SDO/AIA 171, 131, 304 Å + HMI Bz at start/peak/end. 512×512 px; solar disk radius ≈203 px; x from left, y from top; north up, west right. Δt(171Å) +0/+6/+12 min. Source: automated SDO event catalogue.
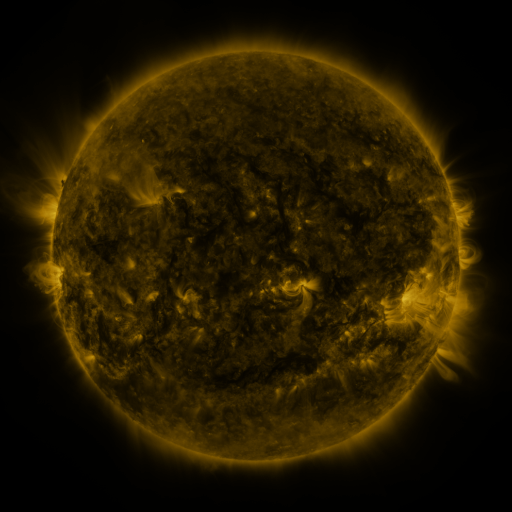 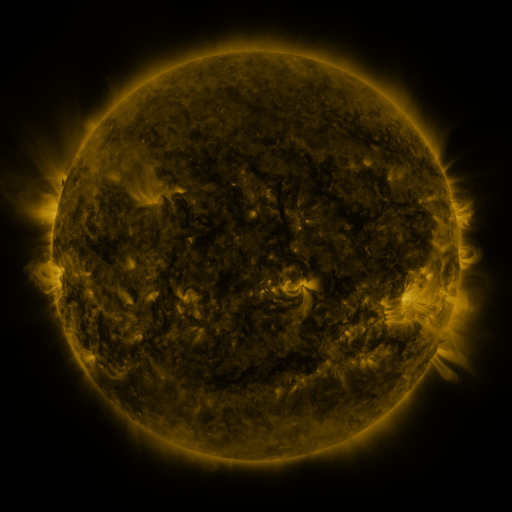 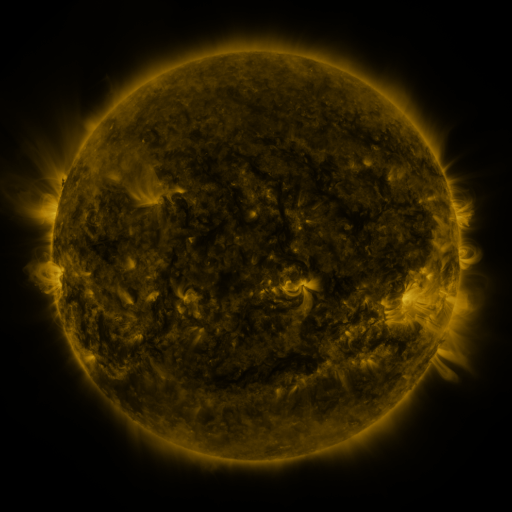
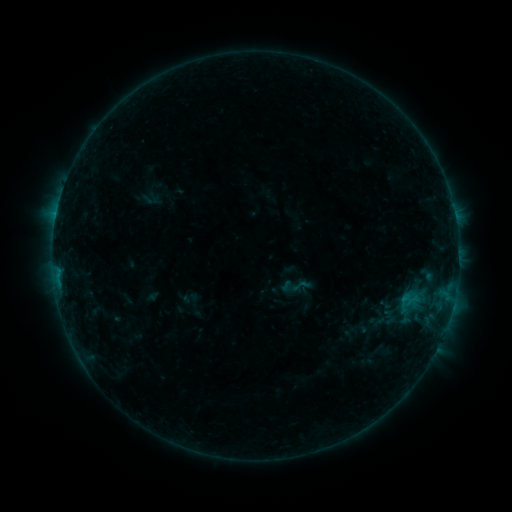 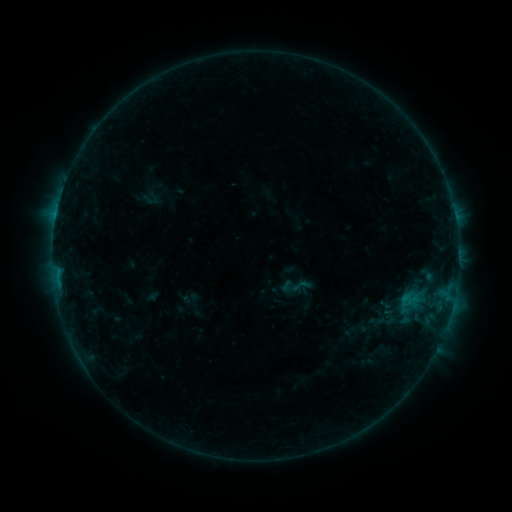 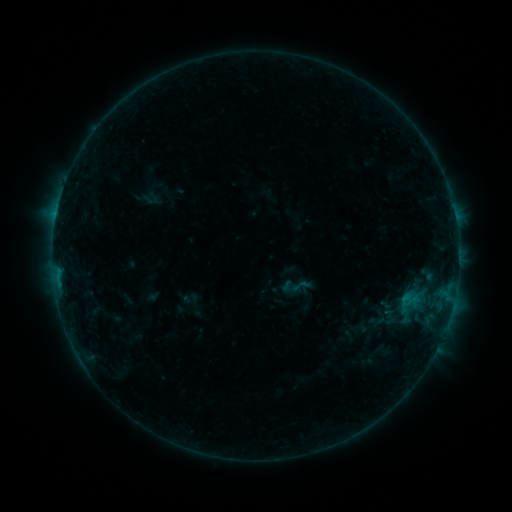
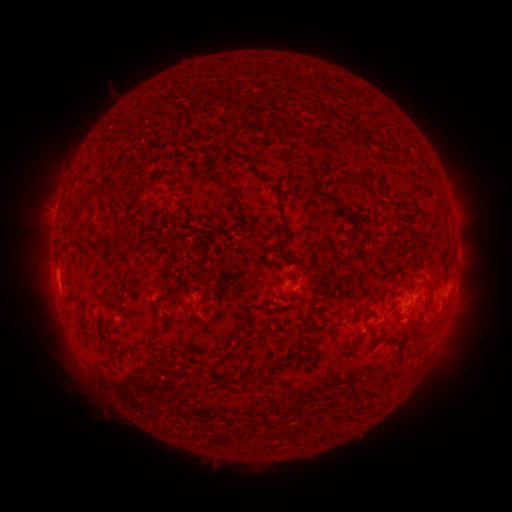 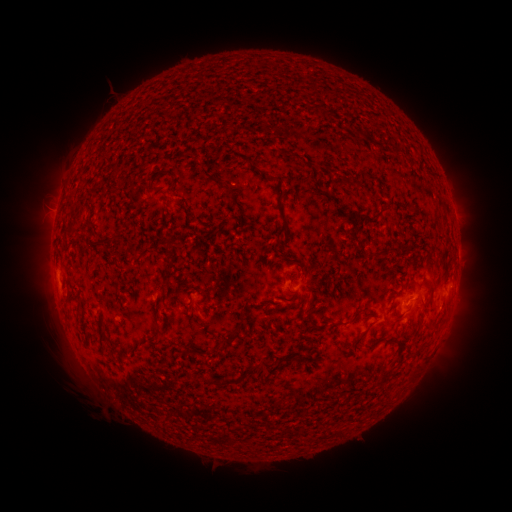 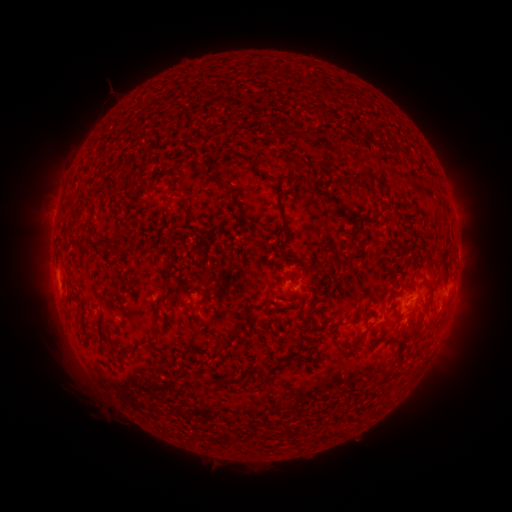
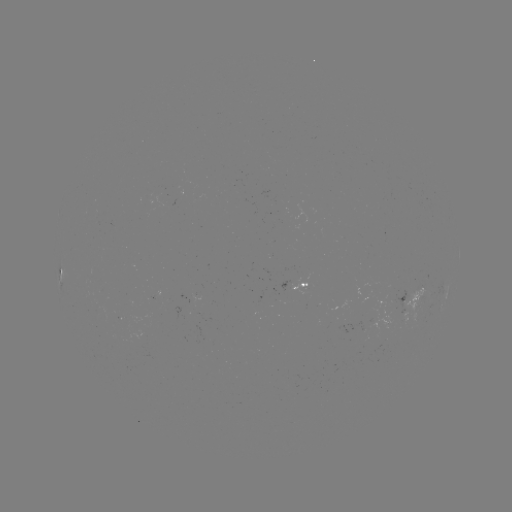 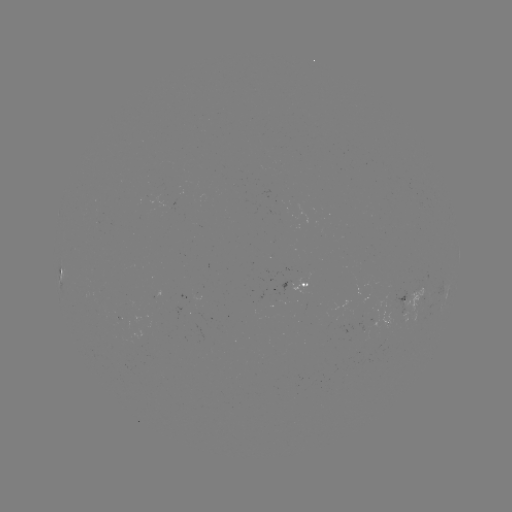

nothing was catalogued: no classed flare, no EUV trigger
